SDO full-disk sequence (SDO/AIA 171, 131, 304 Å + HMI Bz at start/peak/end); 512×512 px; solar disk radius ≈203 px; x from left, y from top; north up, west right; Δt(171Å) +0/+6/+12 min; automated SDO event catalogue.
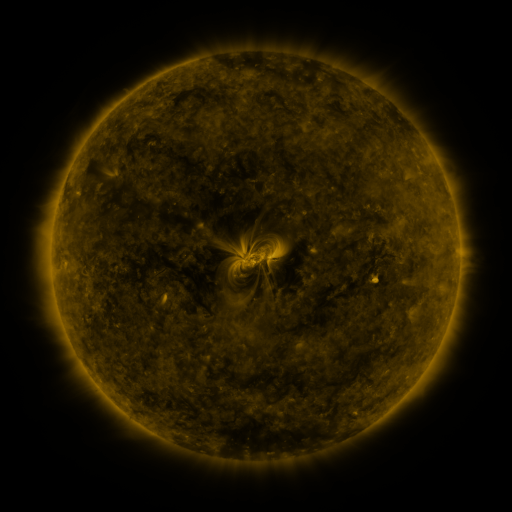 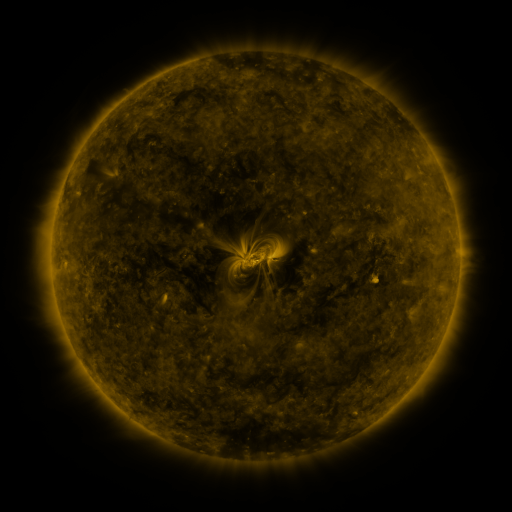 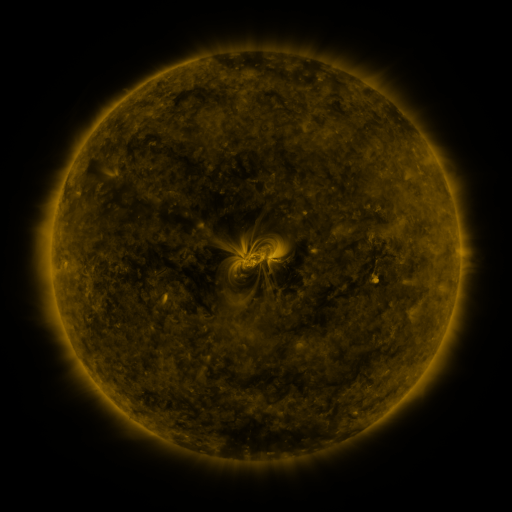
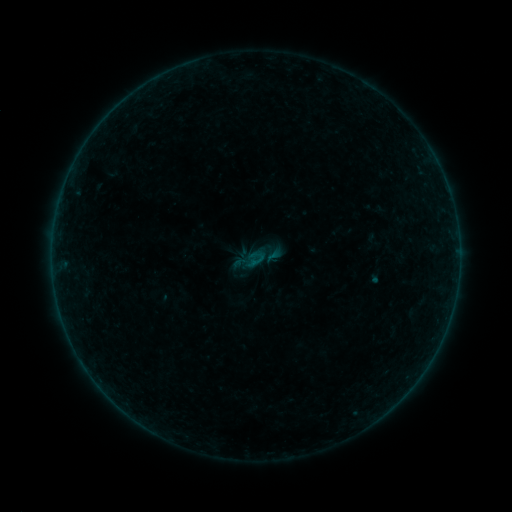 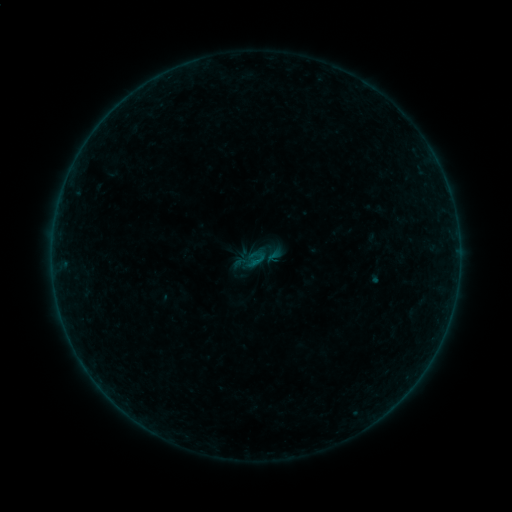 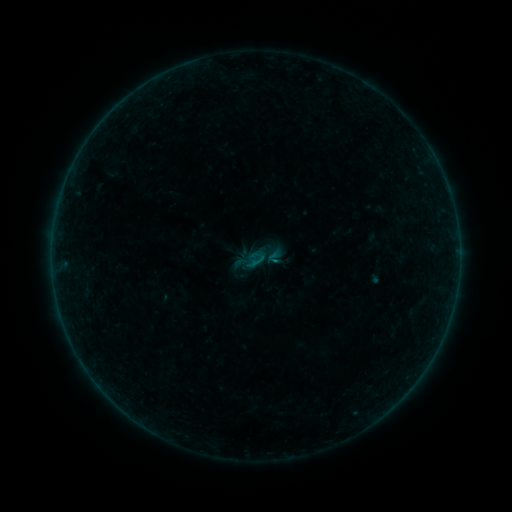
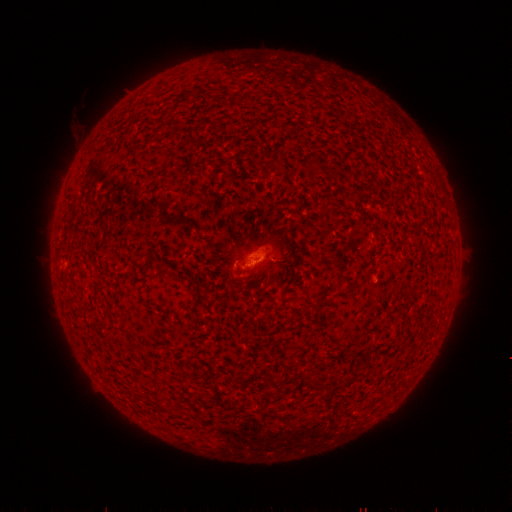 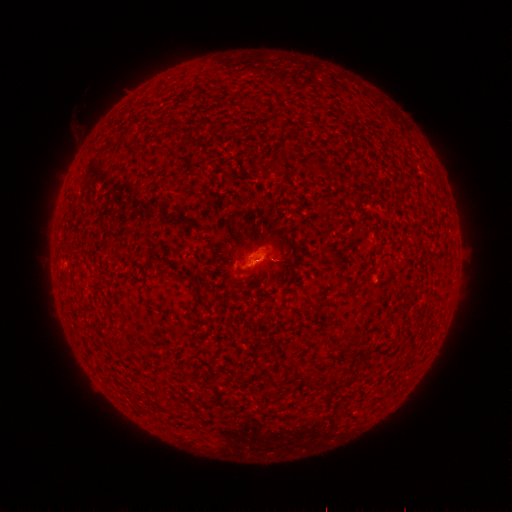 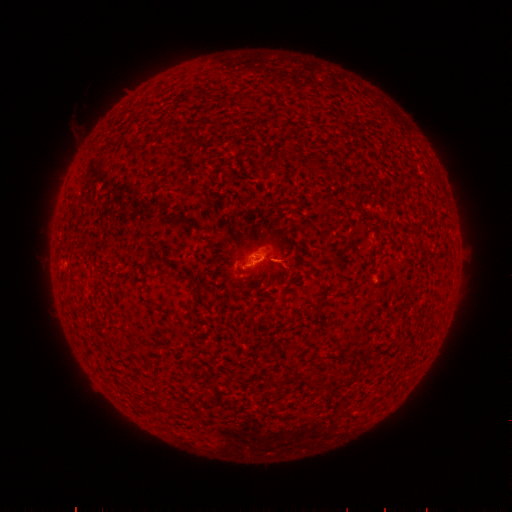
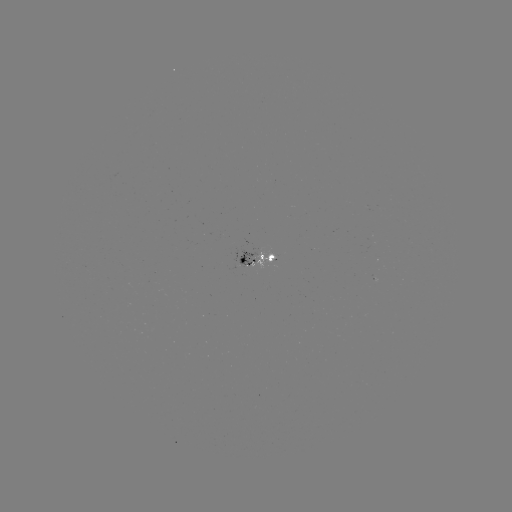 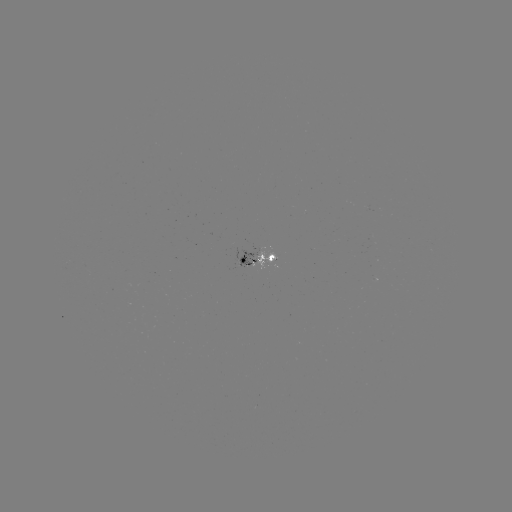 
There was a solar flare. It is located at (273, 260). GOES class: B4.8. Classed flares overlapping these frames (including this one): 1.